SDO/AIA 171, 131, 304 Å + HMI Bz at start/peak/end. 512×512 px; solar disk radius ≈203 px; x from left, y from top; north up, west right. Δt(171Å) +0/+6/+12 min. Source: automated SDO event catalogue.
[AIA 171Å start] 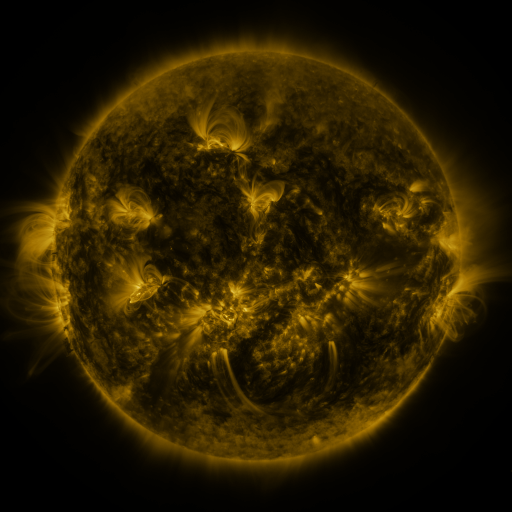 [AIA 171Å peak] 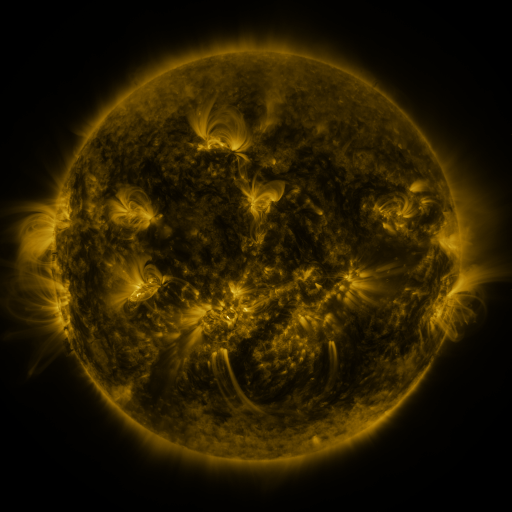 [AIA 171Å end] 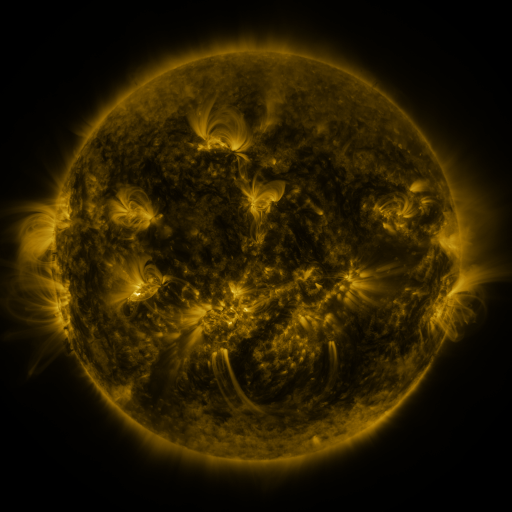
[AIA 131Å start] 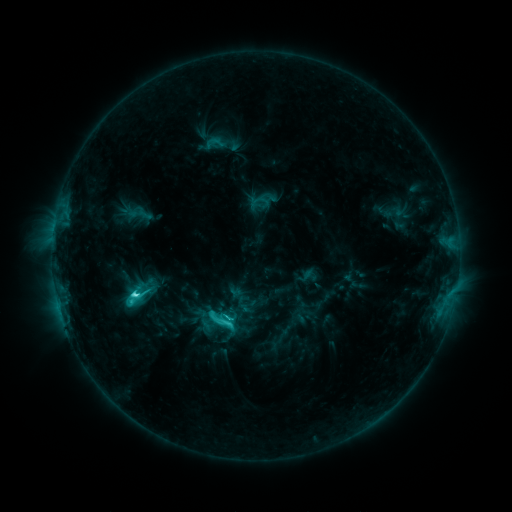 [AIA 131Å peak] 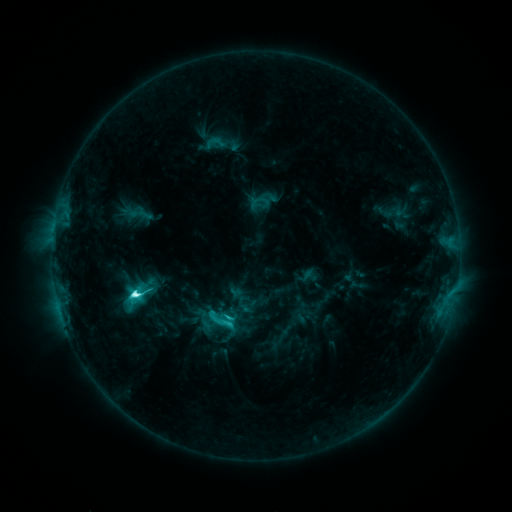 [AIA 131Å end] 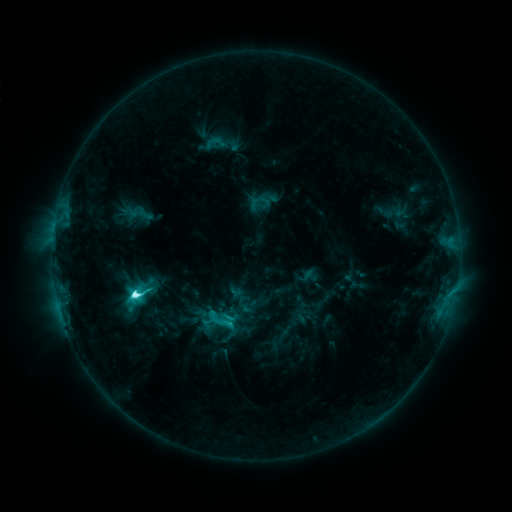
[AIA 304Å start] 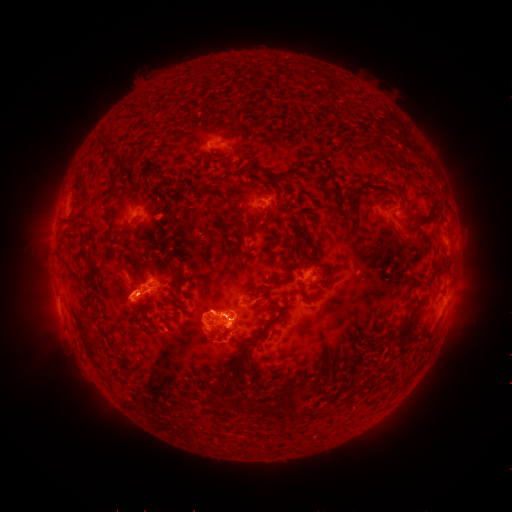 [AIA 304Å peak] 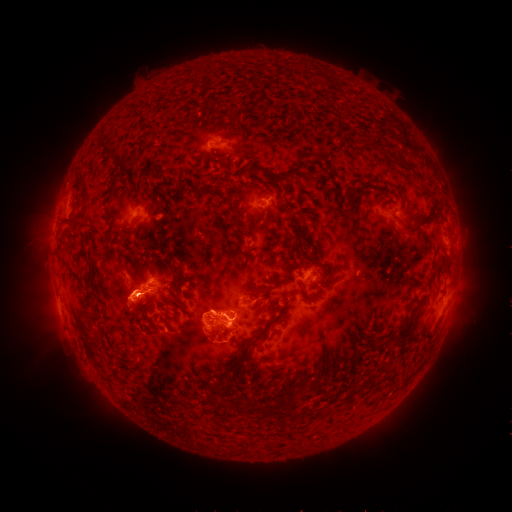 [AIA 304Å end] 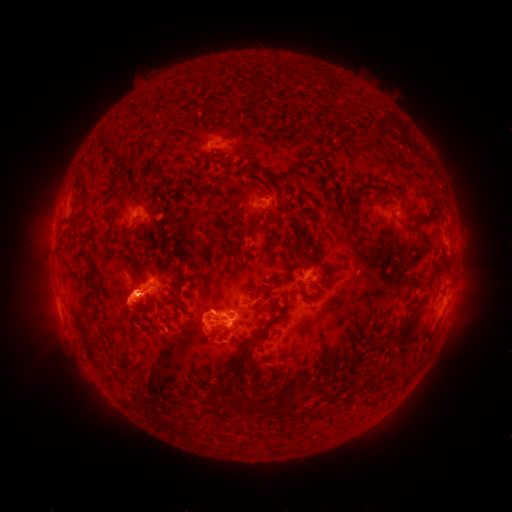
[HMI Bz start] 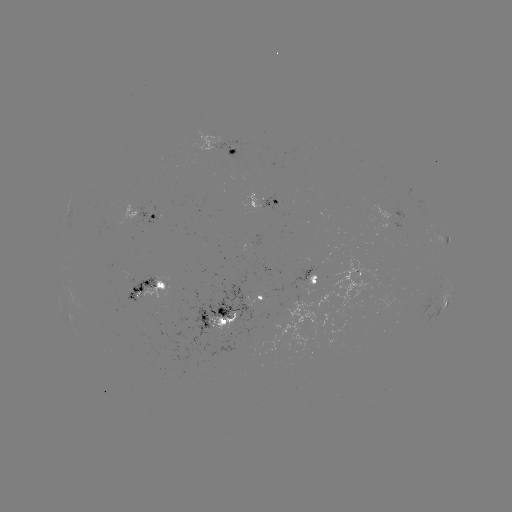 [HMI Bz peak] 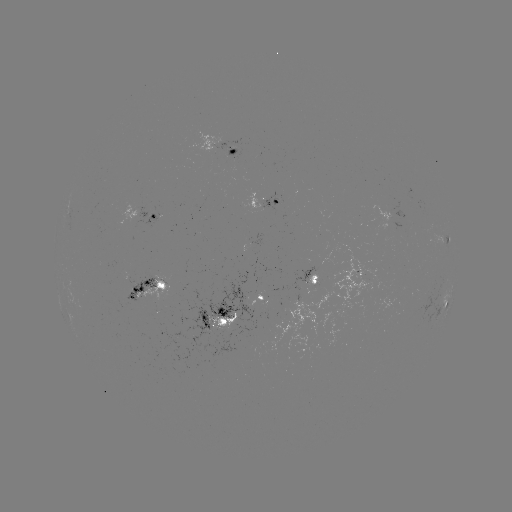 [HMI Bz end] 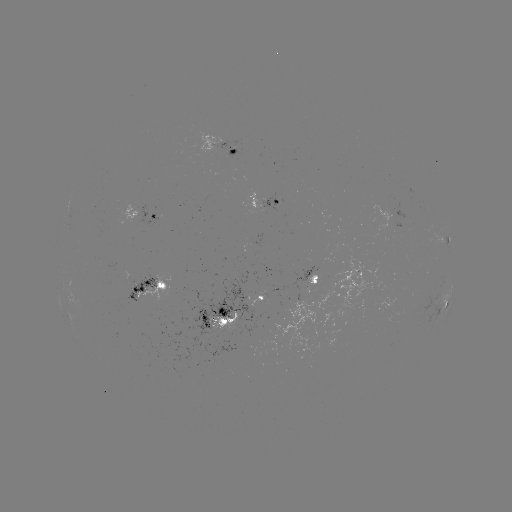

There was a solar flare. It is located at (251, 458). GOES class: M1.1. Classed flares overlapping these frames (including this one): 1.